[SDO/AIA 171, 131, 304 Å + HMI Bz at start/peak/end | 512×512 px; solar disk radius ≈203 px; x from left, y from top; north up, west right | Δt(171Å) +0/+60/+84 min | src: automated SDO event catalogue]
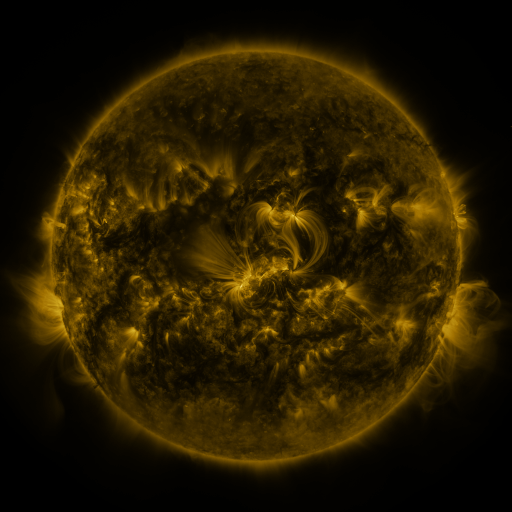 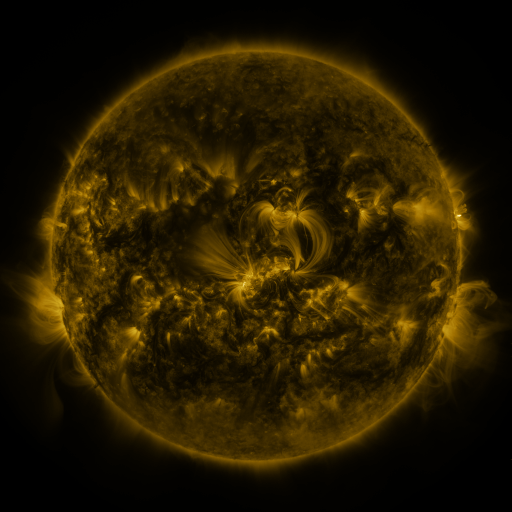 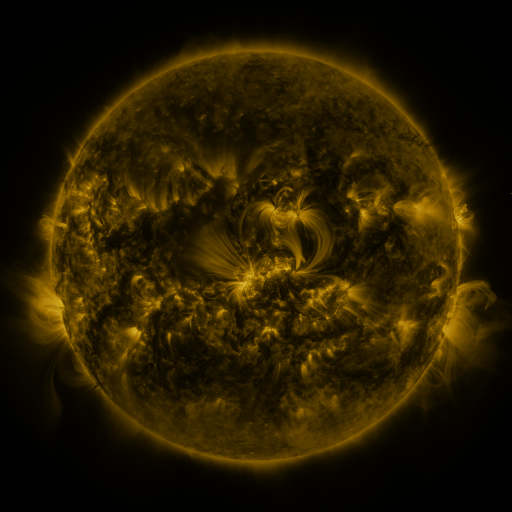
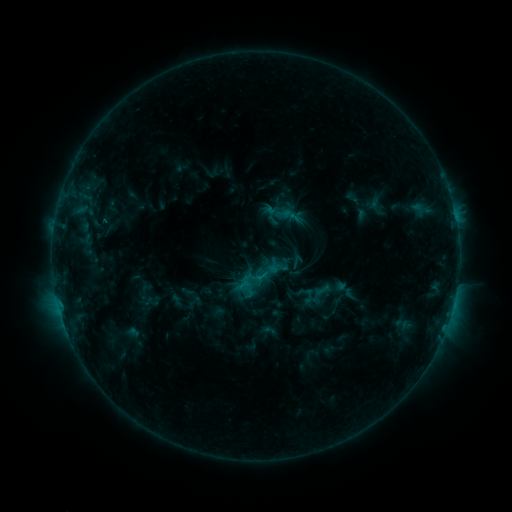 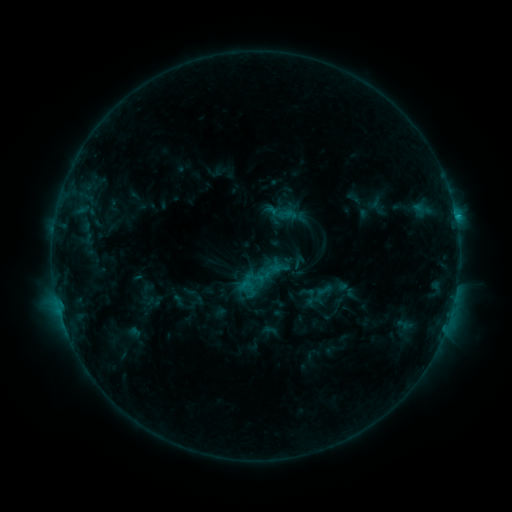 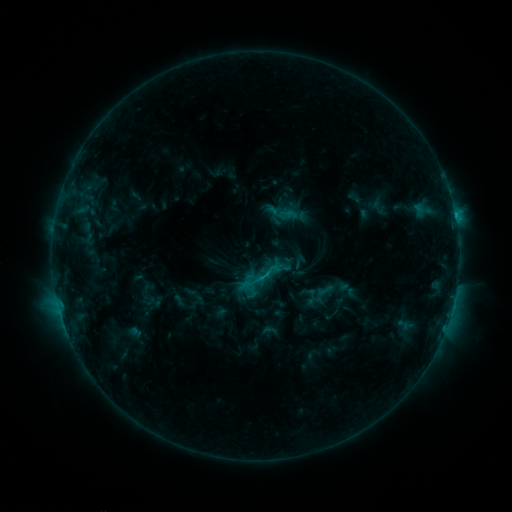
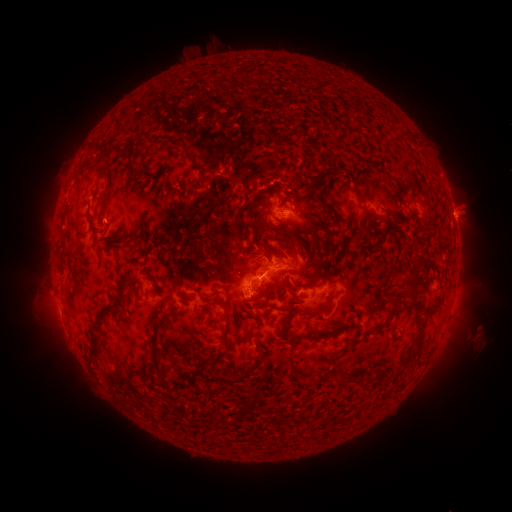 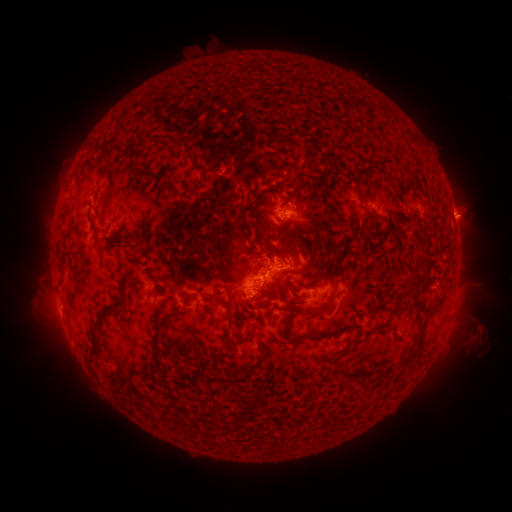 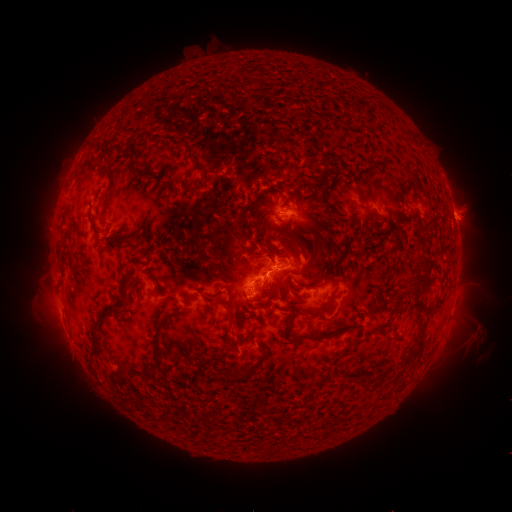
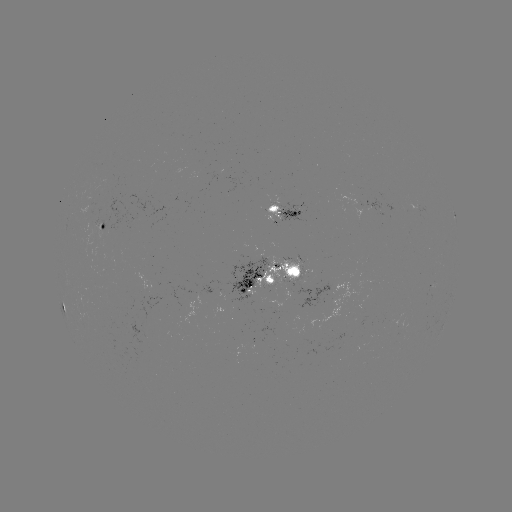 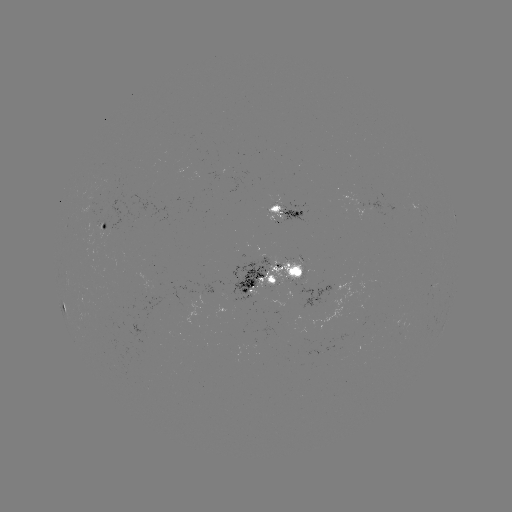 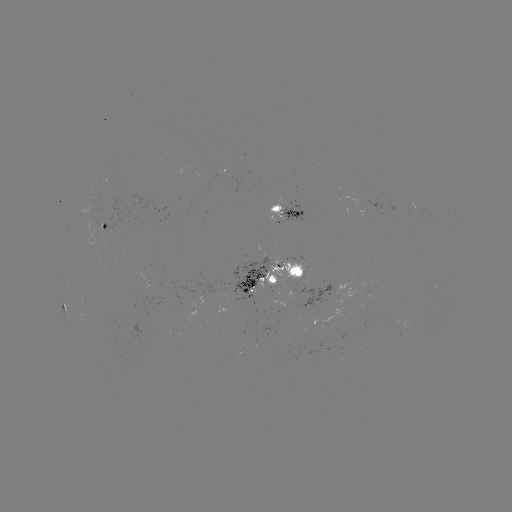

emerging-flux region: (302, 274, 307, 285)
